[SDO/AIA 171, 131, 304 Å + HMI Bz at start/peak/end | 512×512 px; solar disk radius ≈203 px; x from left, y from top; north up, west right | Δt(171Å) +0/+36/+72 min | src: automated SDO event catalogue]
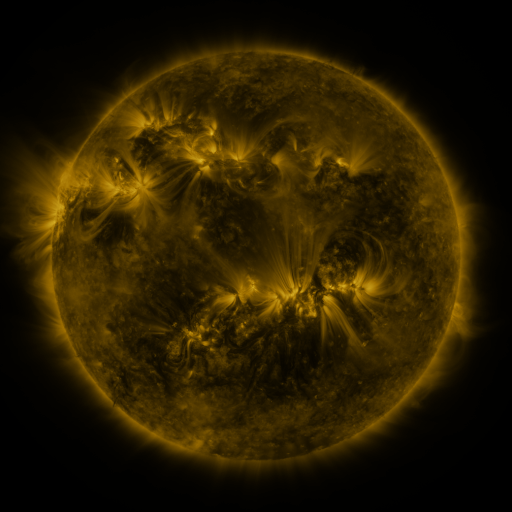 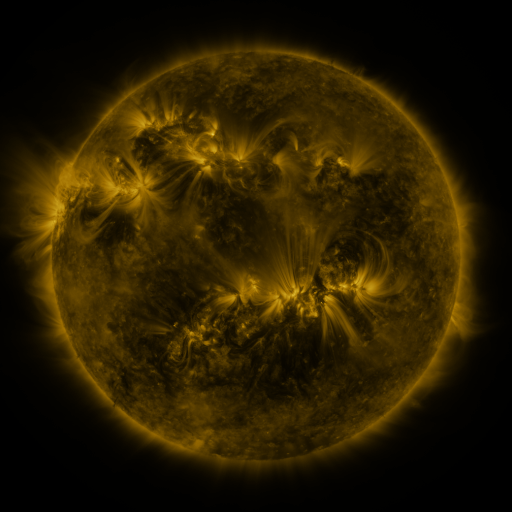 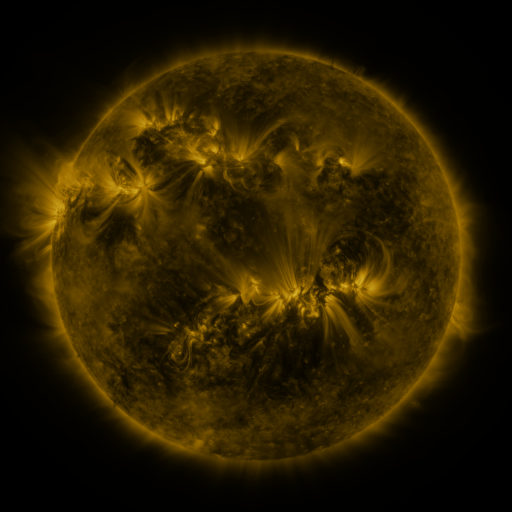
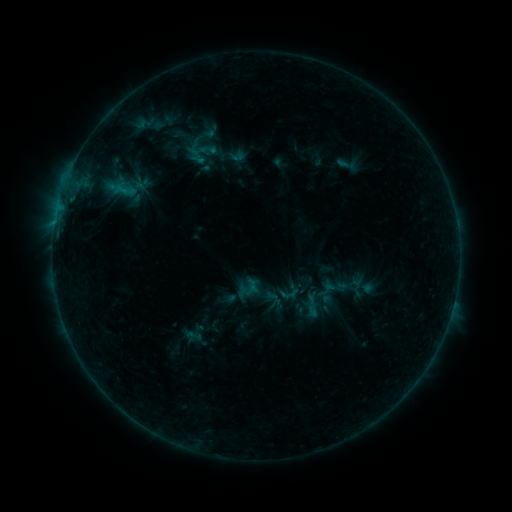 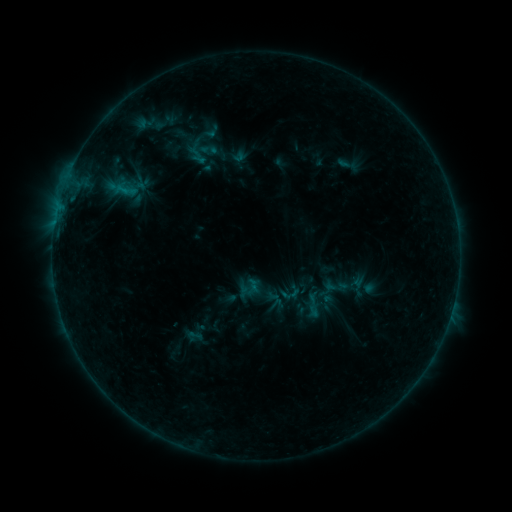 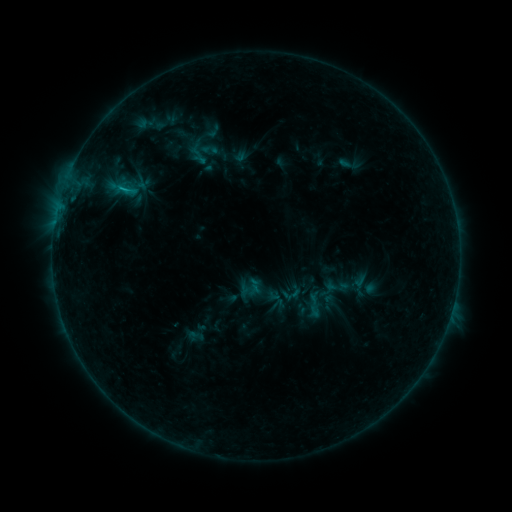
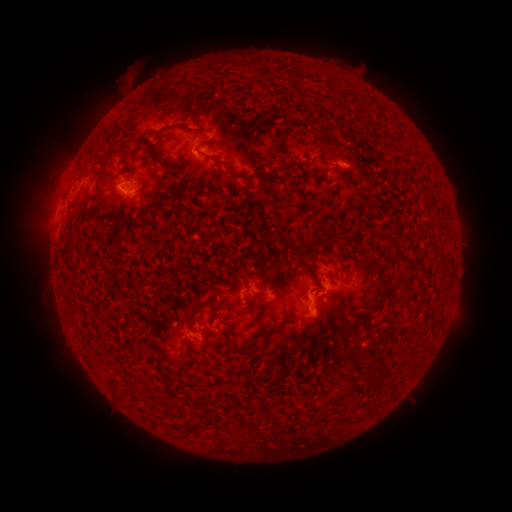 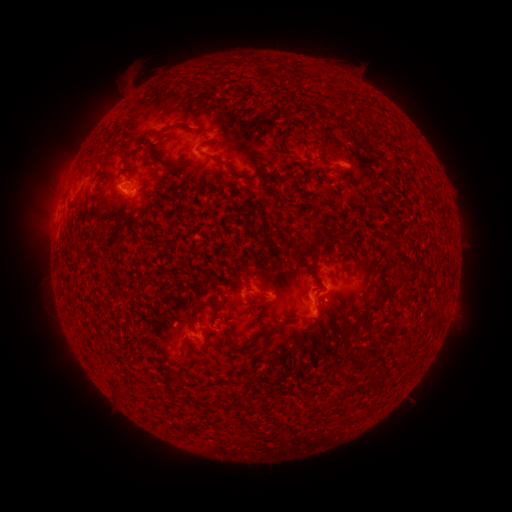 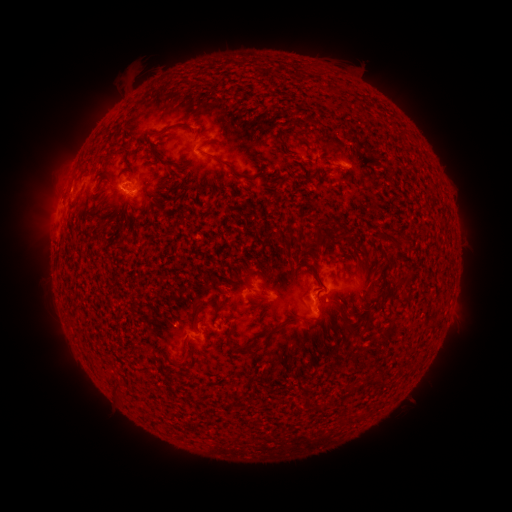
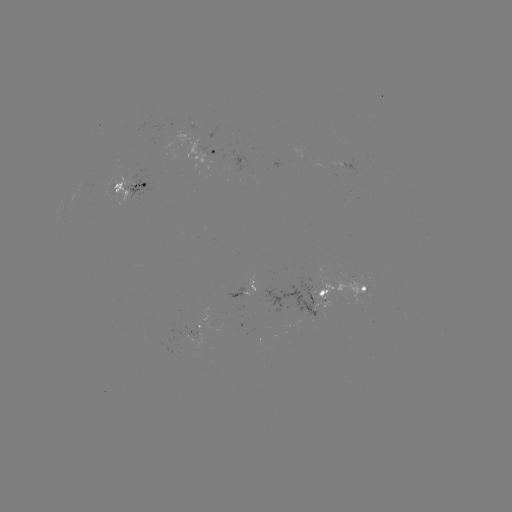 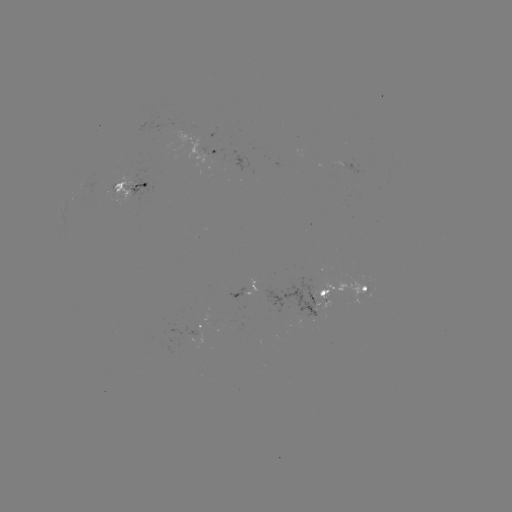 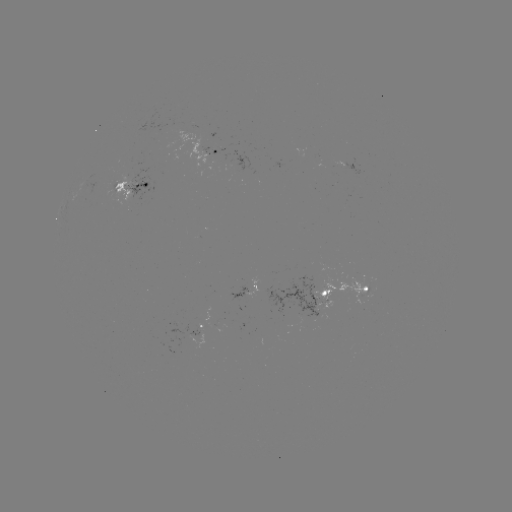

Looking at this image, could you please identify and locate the emerging-flux region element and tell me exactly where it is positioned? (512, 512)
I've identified emerging-flux region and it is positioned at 127,185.